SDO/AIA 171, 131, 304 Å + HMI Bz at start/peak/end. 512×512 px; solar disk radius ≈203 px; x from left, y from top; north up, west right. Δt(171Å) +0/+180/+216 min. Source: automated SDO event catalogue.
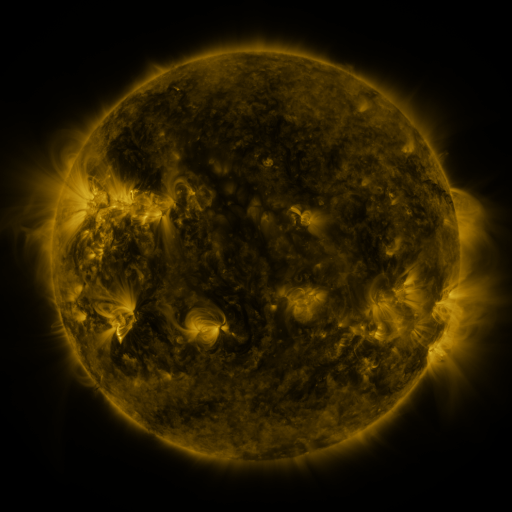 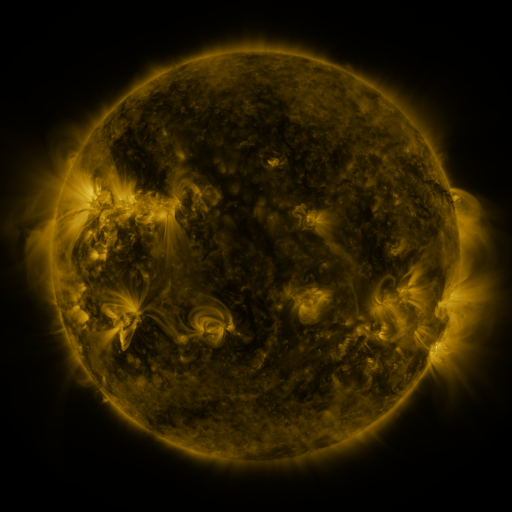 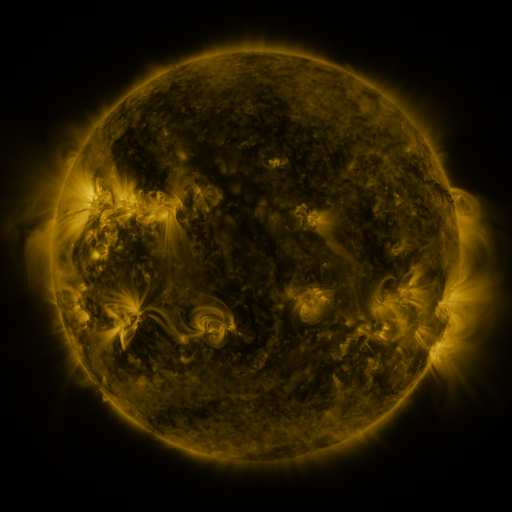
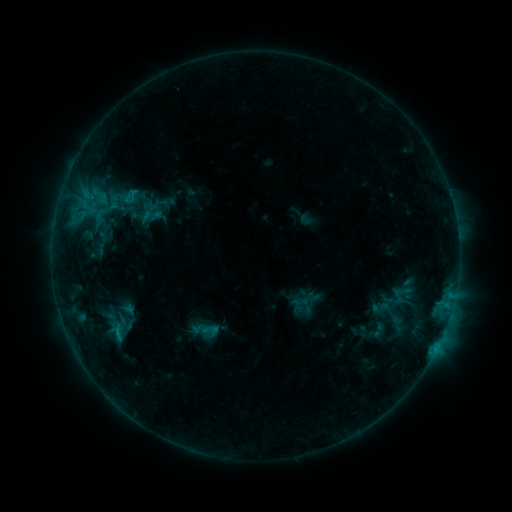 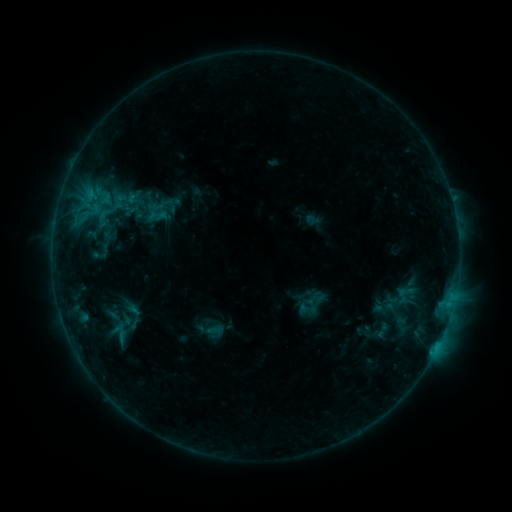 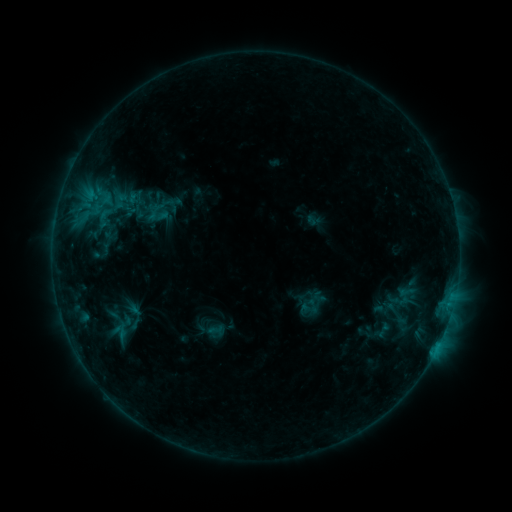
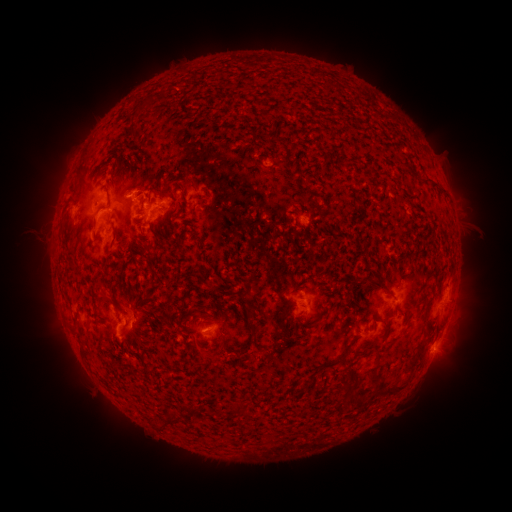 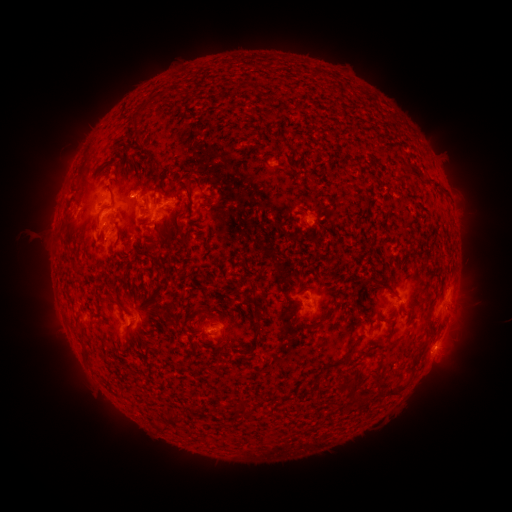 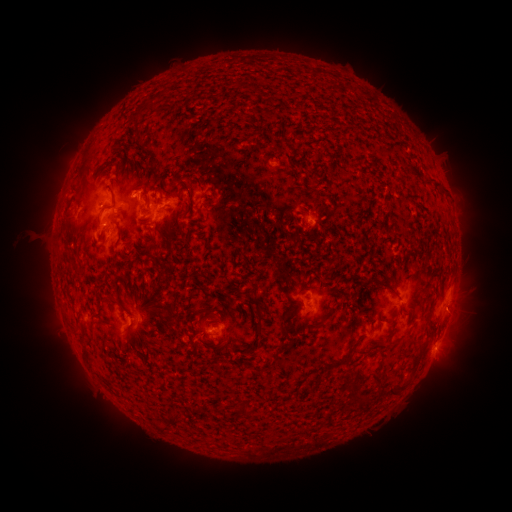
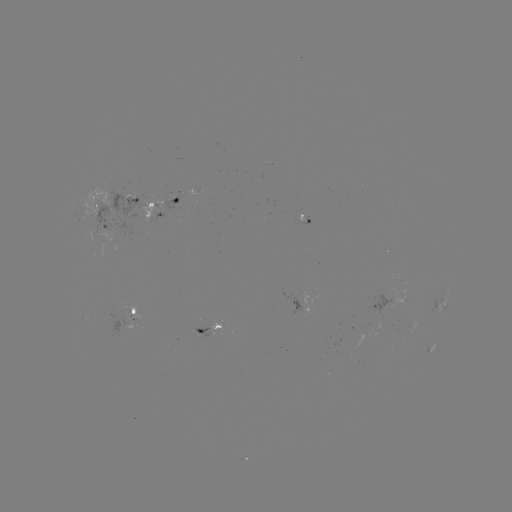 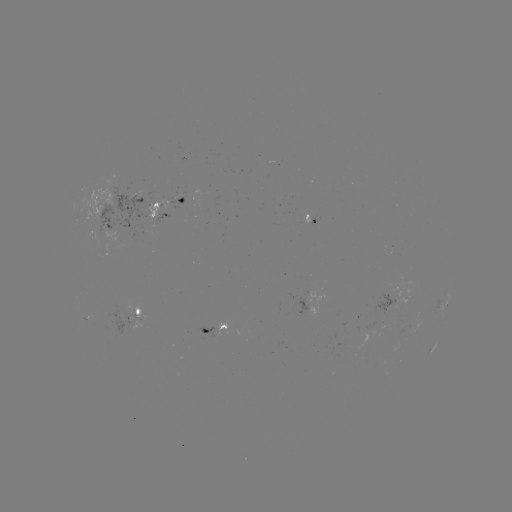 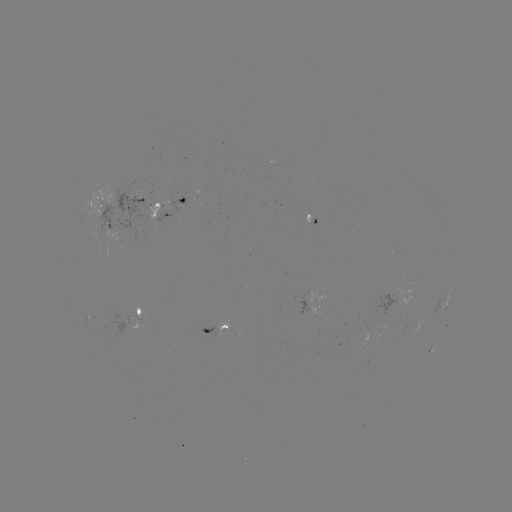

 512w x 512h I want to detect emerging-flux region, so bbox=[167, 195, 185, 210].